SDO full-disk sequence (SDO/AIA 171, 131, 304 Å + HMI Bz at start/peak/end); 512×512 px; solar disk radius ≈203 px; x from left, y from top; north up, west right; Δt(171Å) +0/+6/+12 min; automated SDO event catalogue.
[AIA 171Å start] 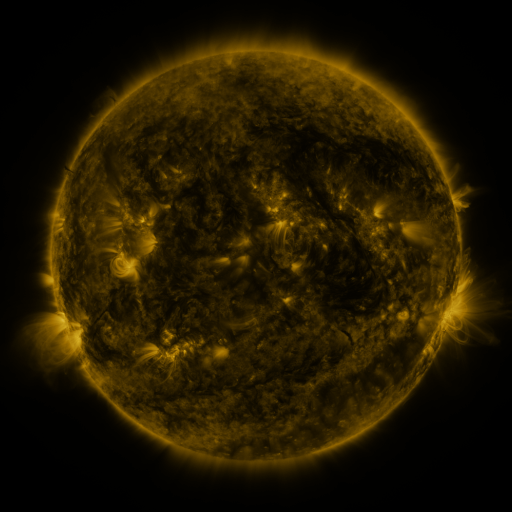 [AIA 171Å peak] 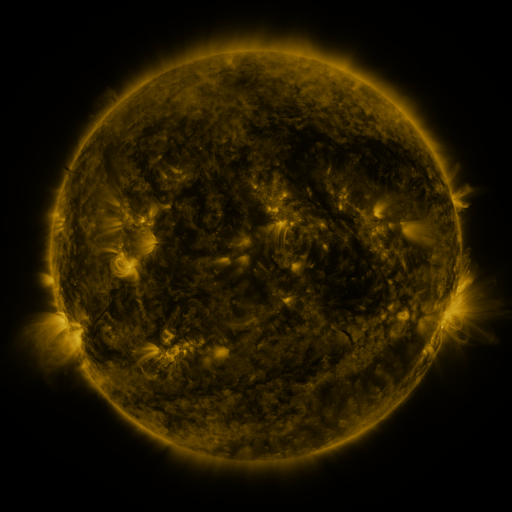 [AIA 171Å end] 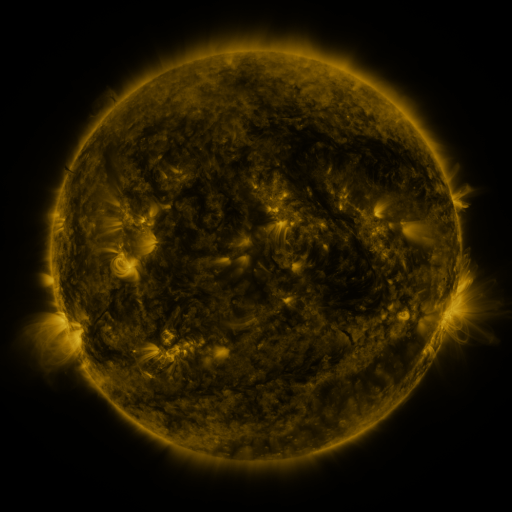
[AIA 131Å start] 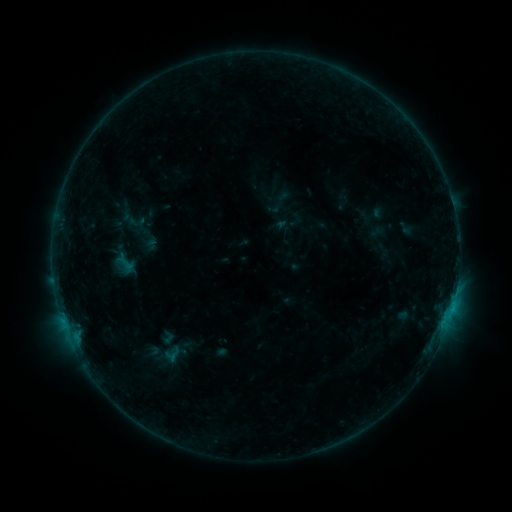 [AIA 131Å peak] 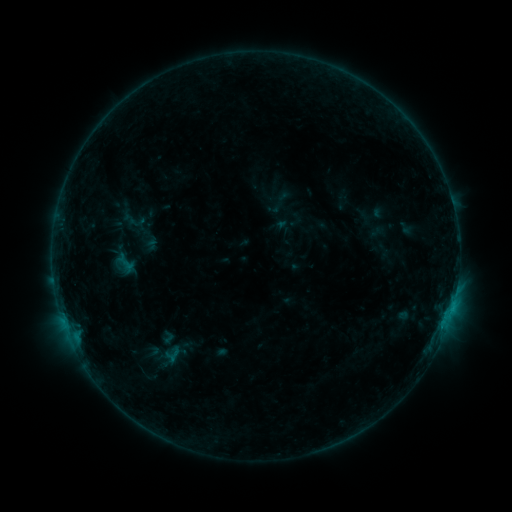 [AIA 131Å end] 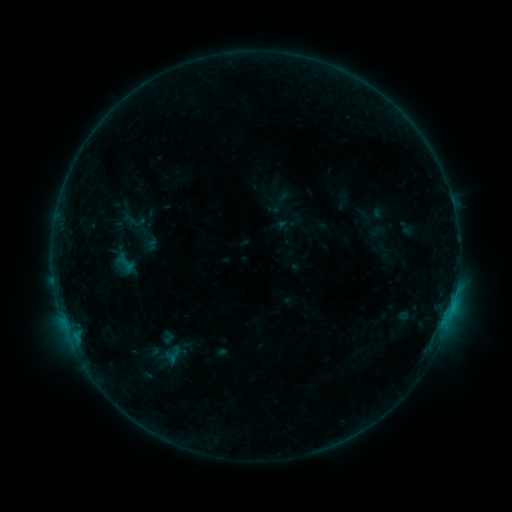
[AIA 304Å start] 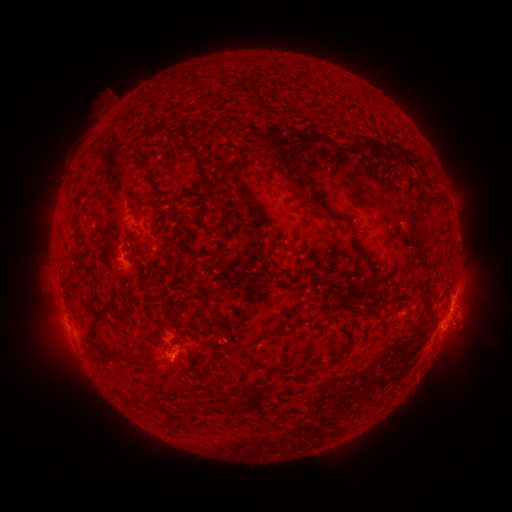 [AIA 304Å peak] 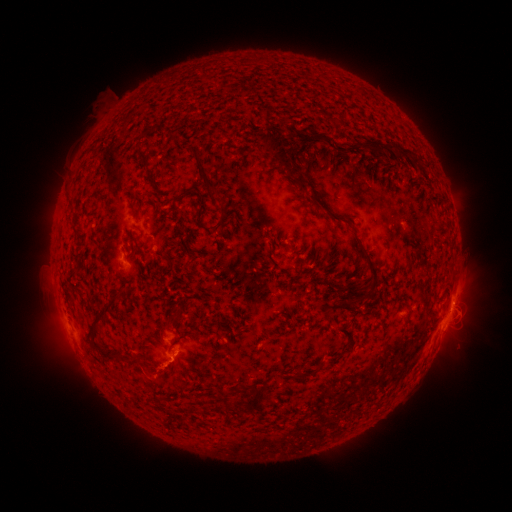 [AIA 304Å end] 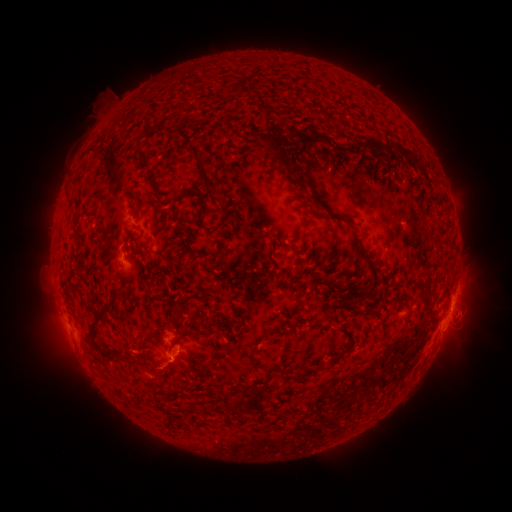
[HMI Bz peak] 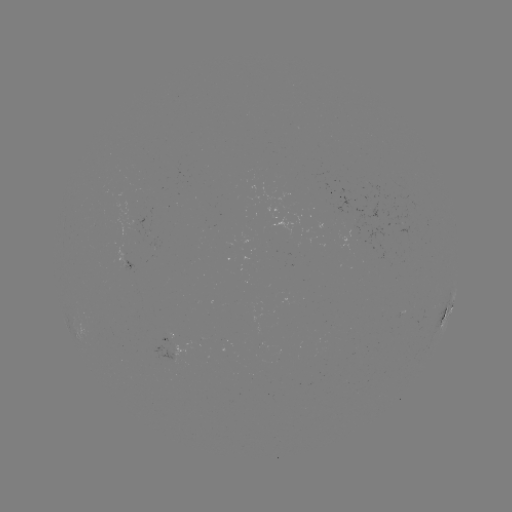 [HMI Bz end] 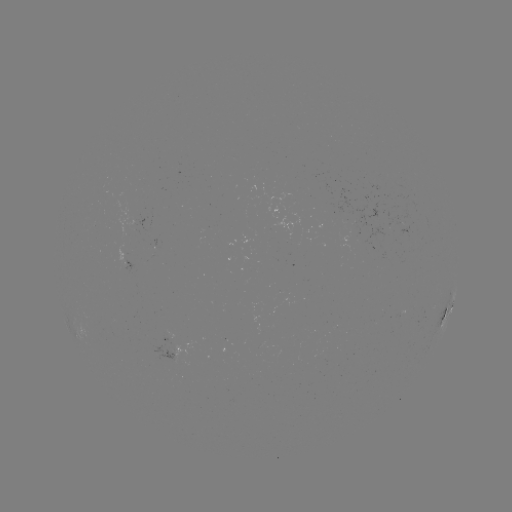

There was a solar eruption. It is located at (154, 377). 